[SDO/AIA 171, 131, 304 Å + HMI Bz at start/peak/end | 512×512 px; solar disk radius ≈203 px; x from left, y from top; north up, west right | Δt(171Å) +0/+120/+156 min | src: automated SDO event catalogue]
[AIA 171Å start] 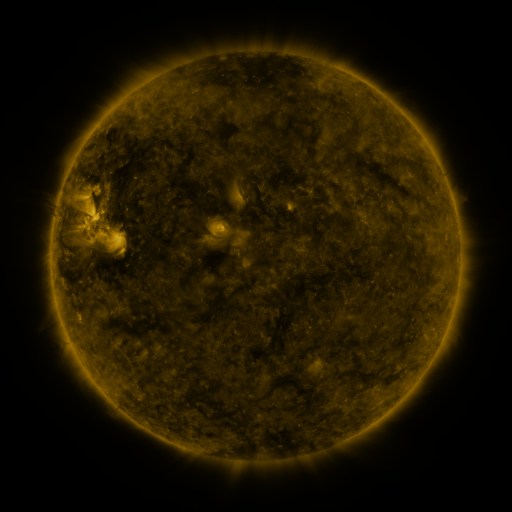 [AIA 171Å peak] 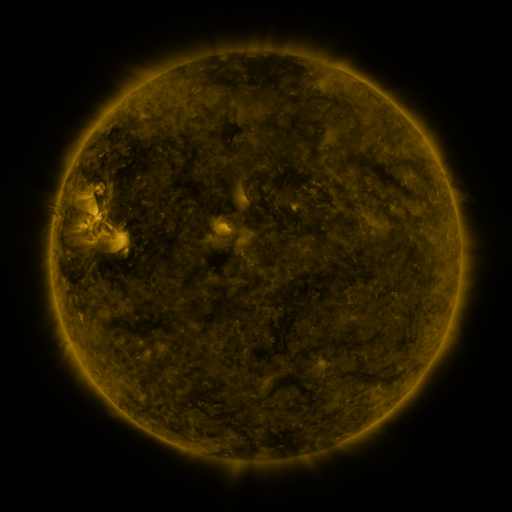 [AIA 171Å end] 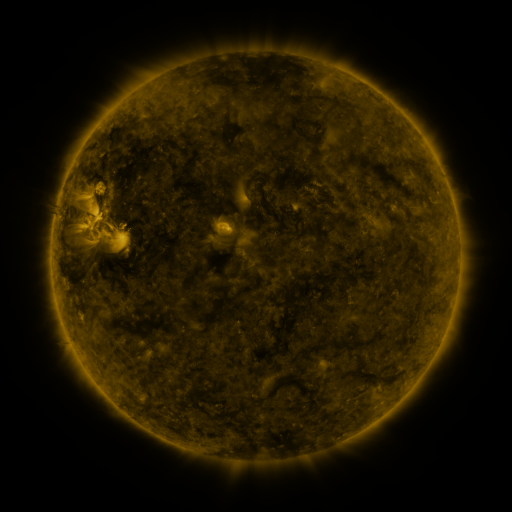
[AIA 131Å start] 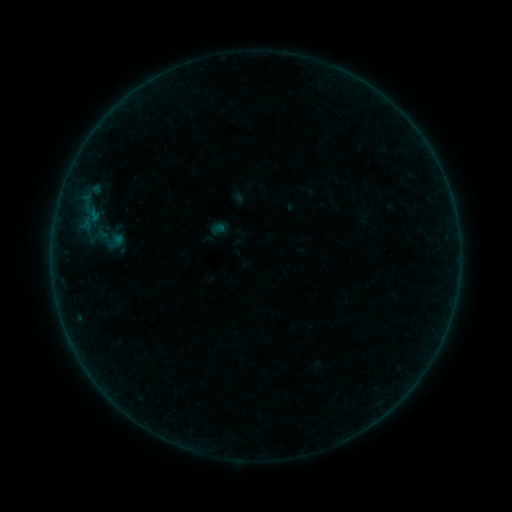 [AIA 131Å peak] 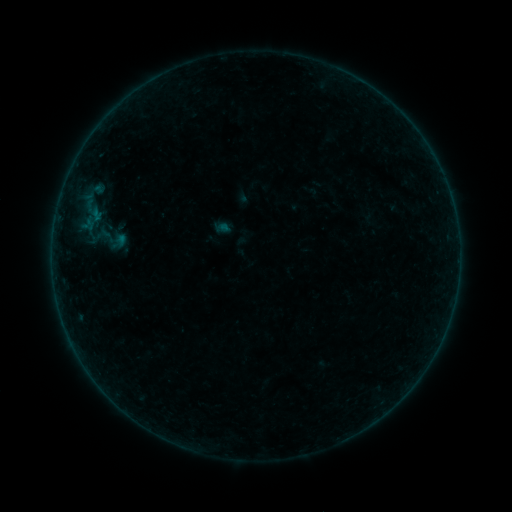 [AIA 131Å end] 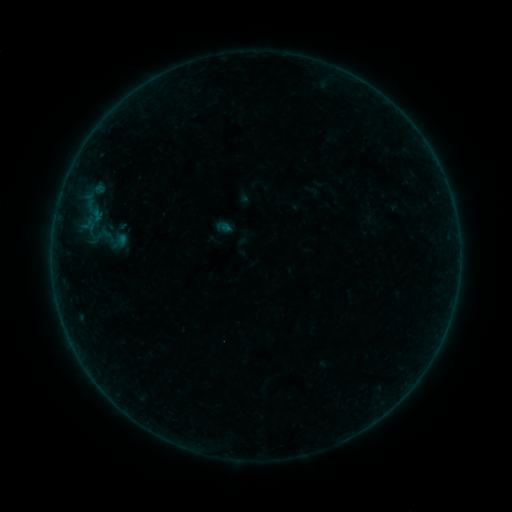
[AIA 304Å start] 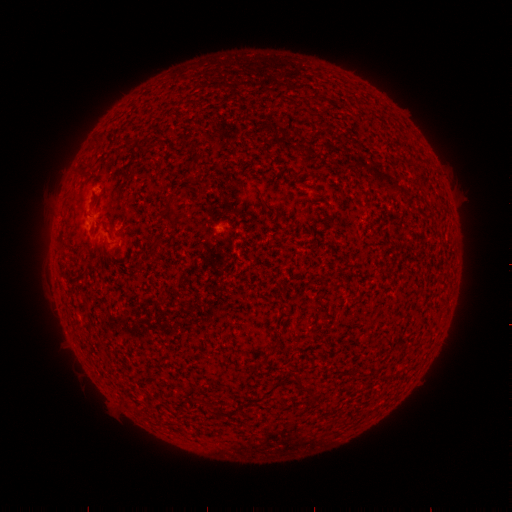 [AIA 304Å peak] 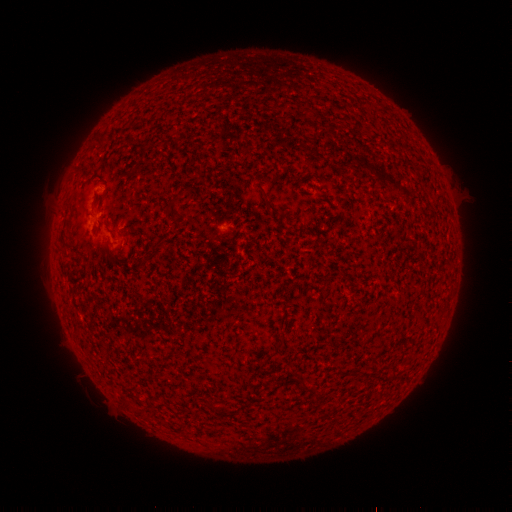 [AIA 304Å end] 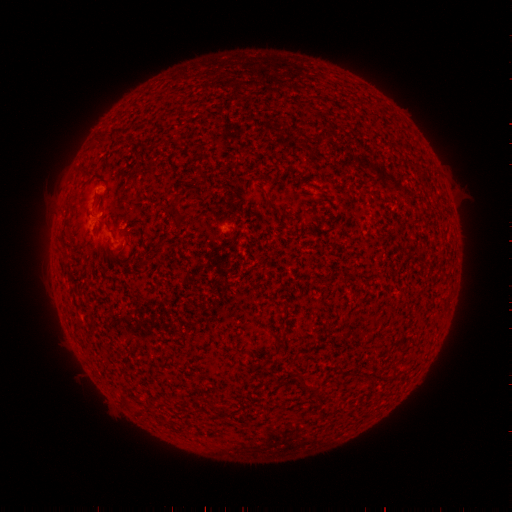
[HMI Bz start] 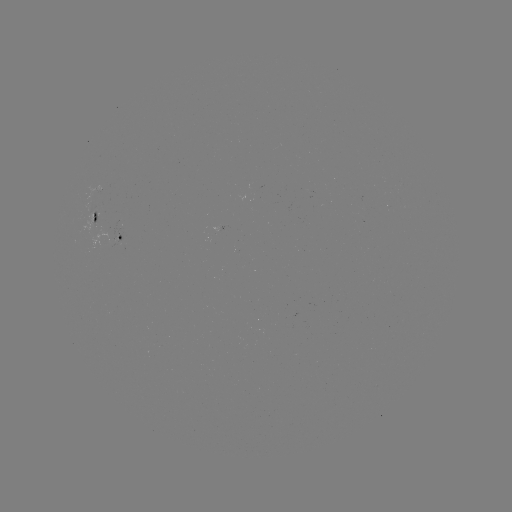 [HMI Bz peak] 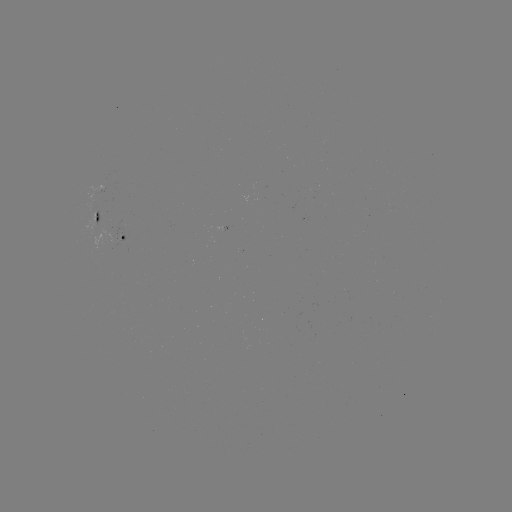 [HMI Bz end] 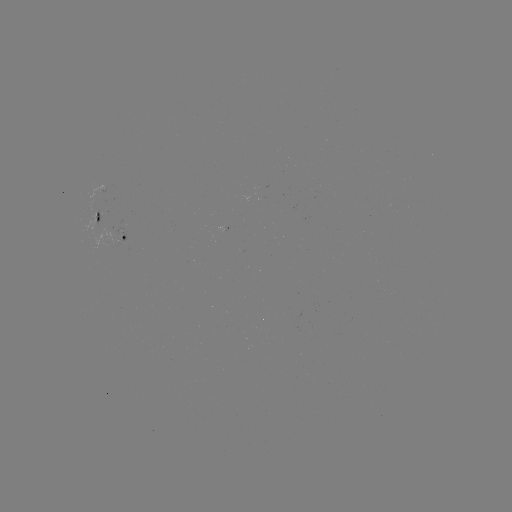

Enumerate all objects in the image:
emerging-flux region: (91, 209)
